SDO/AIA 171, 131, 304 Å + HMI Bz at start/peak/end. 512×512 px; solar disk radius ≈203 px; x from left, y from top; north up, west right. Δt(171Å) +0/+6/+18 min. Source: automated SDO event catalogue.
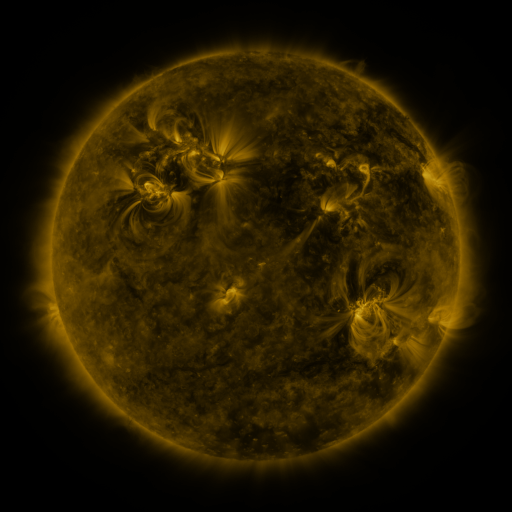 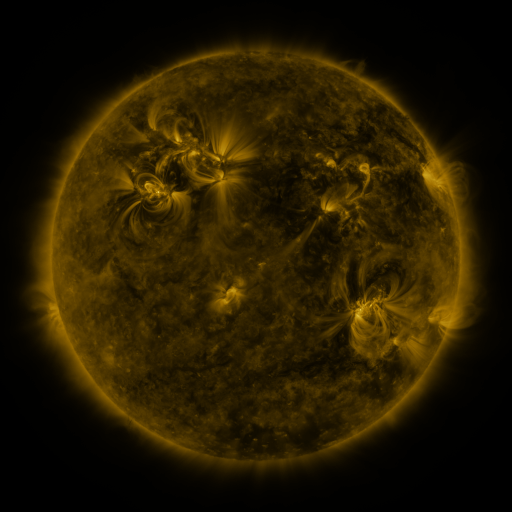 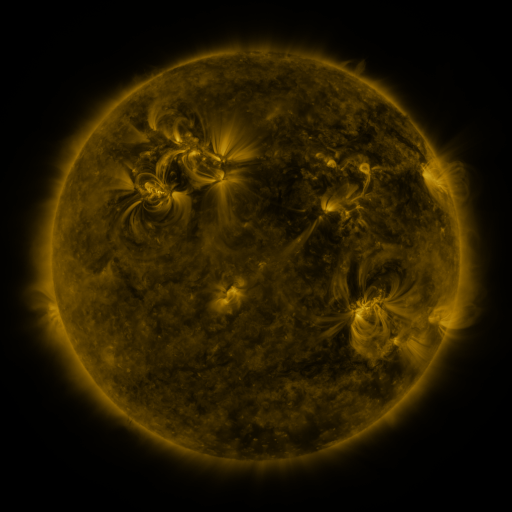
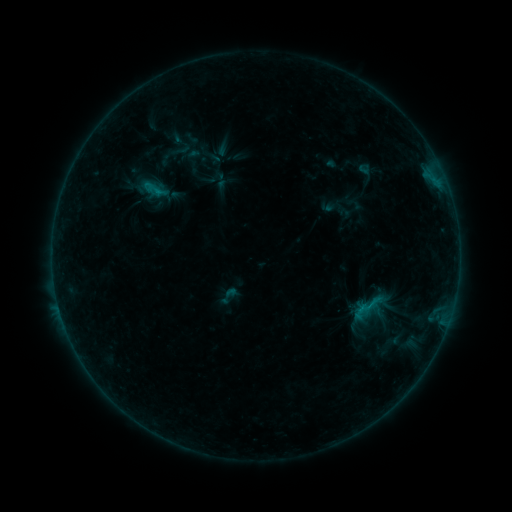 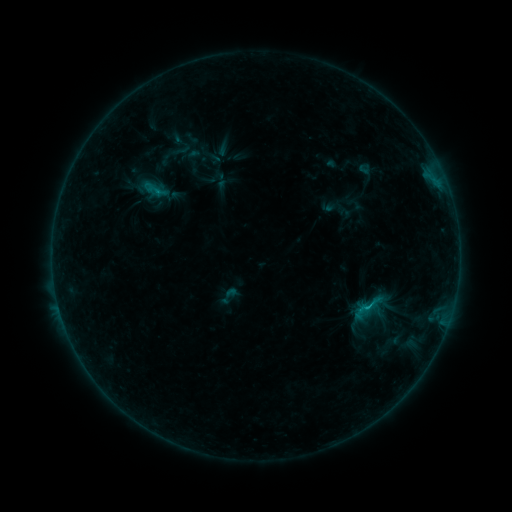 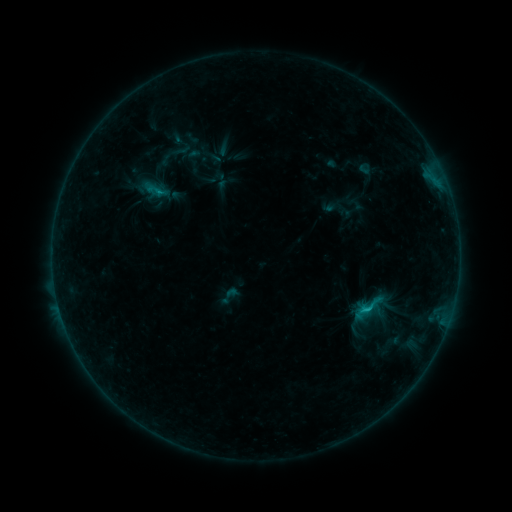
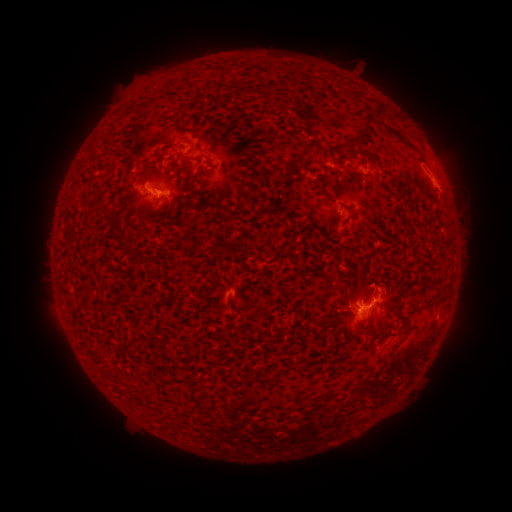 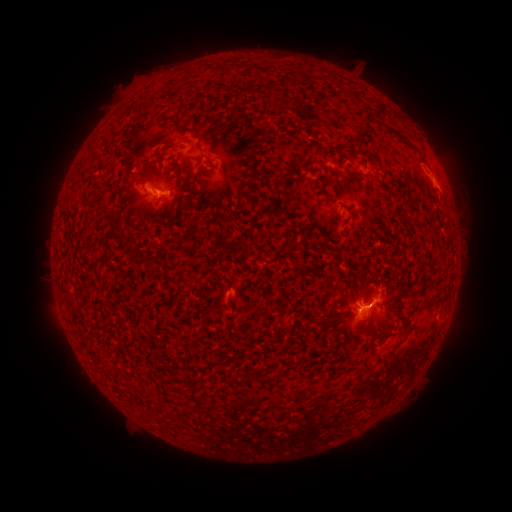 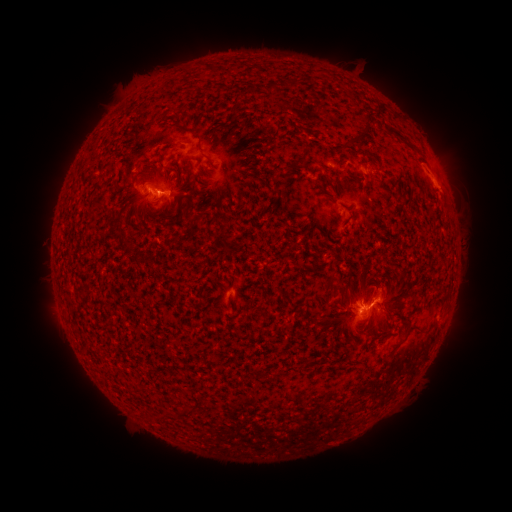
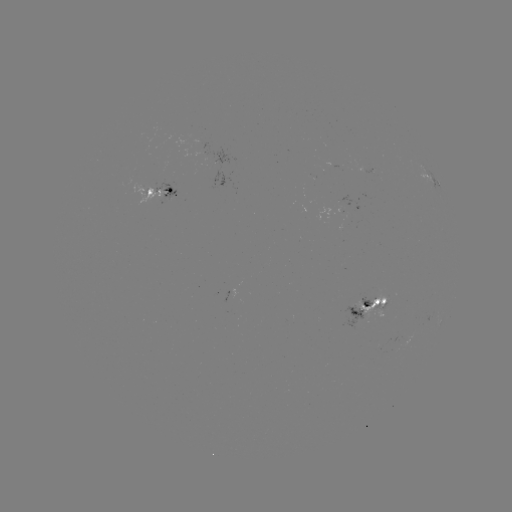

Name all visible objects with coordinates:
C1.3 flare: (359, 309)
